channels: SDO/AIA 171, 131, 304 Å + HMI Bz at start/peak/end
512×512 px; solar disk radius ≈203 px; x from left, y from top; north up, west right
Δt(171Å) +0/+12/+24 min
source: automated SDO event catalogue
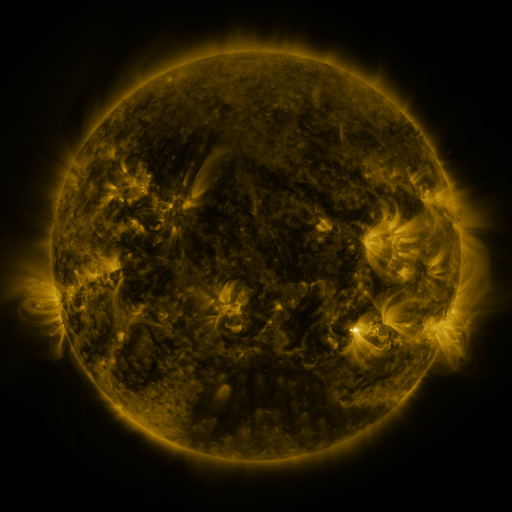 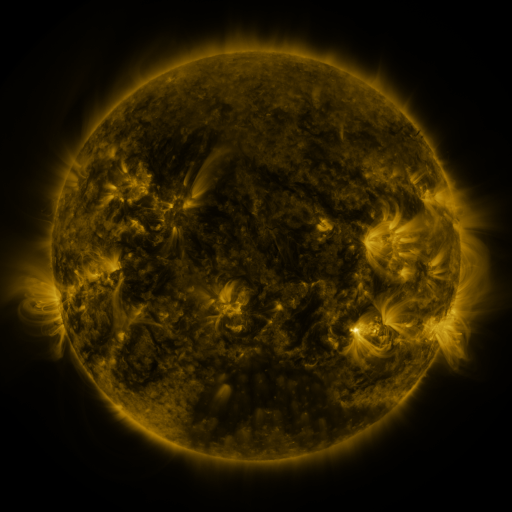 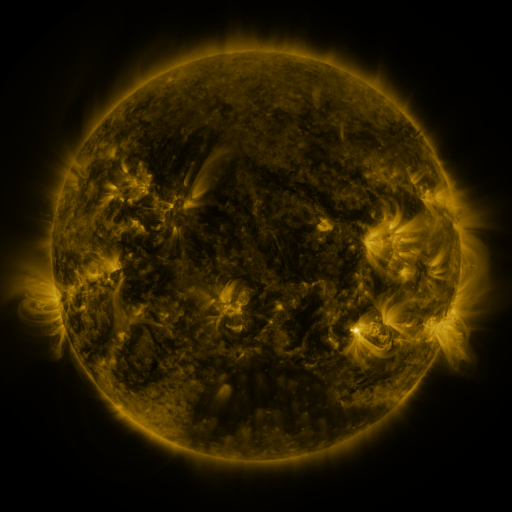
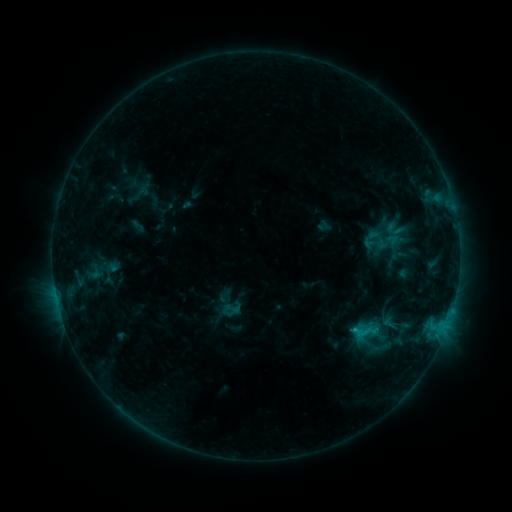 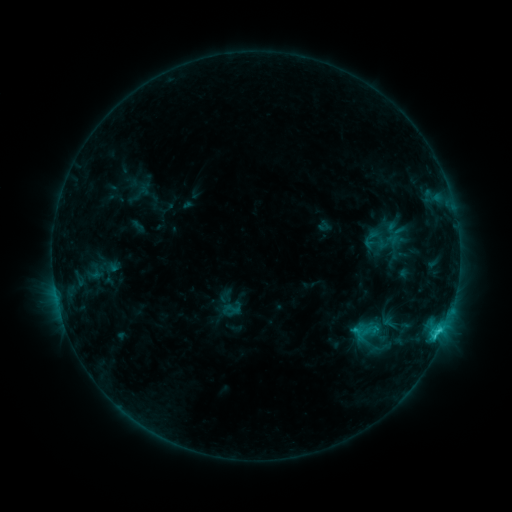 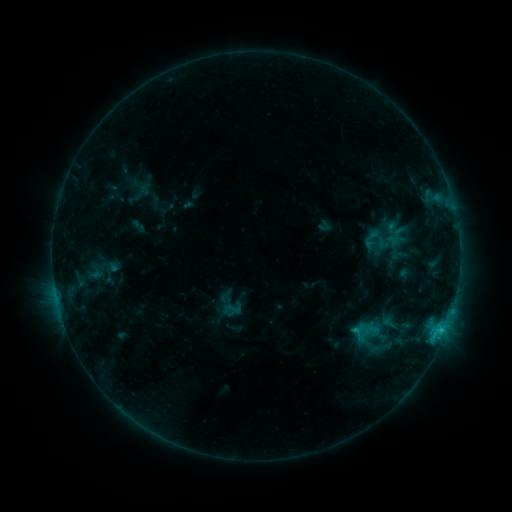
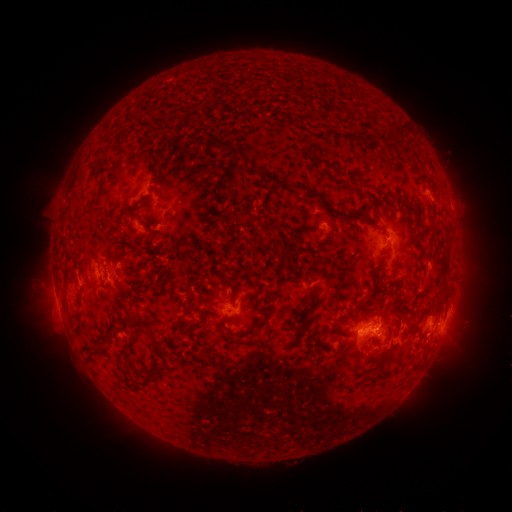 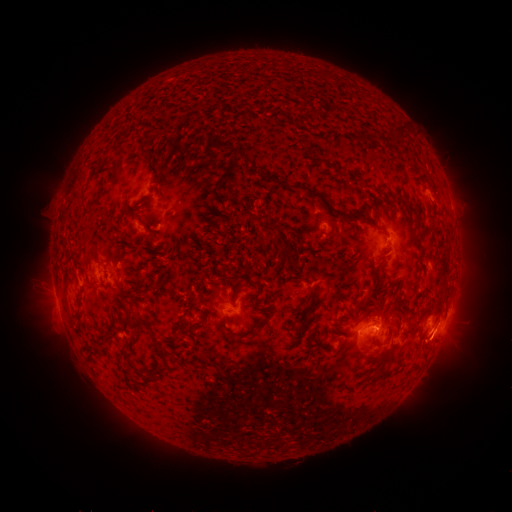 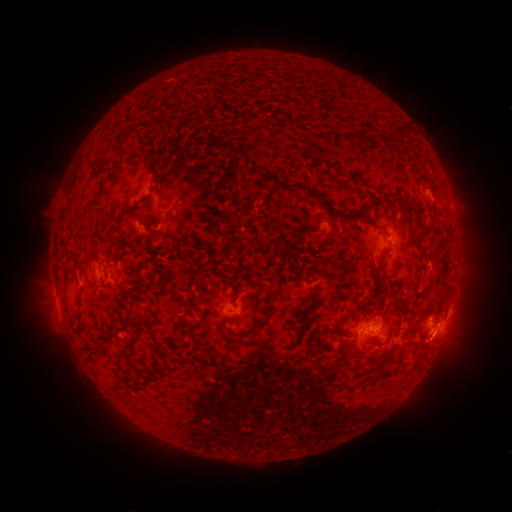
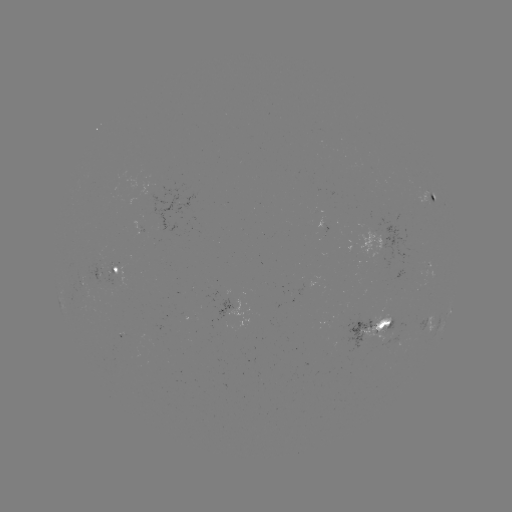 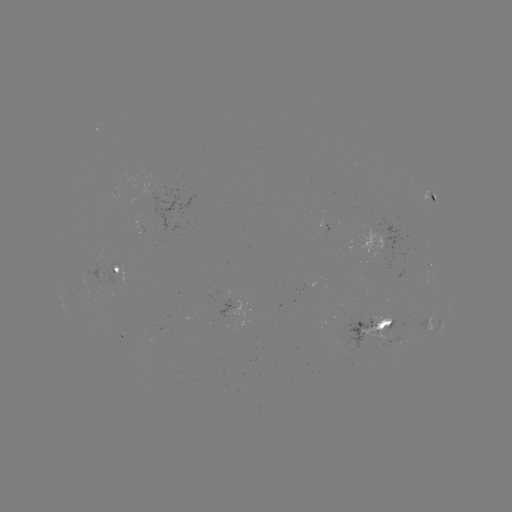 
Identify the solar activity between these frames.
C1.8 flare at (437, 329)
